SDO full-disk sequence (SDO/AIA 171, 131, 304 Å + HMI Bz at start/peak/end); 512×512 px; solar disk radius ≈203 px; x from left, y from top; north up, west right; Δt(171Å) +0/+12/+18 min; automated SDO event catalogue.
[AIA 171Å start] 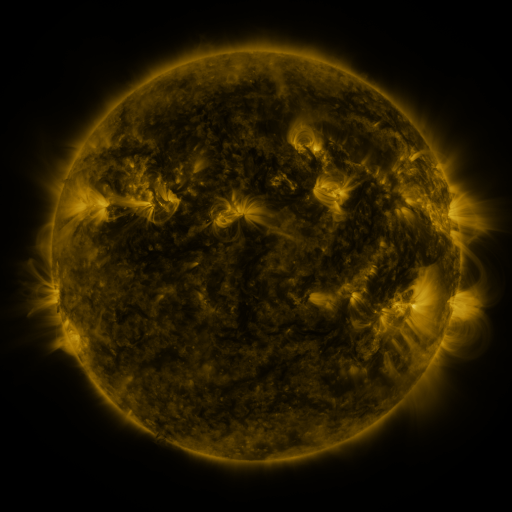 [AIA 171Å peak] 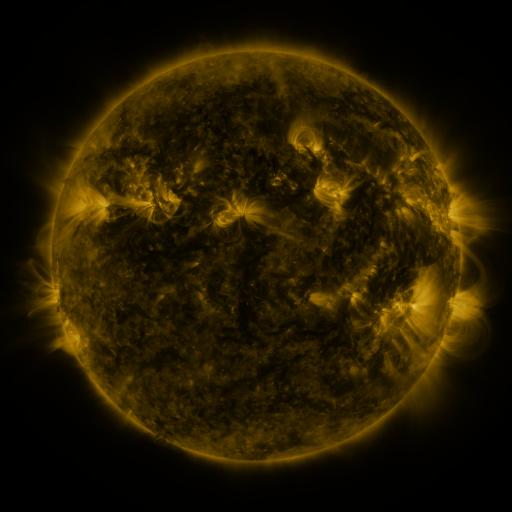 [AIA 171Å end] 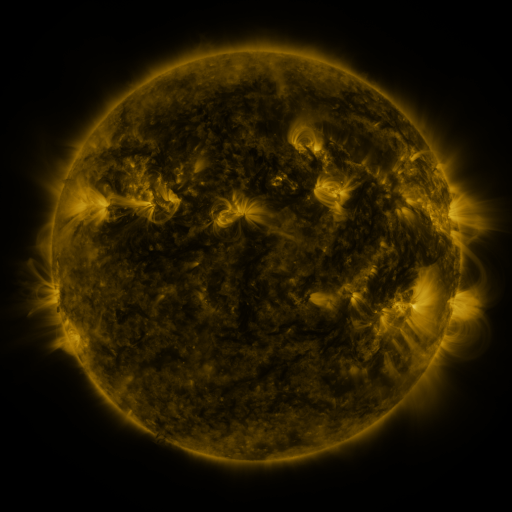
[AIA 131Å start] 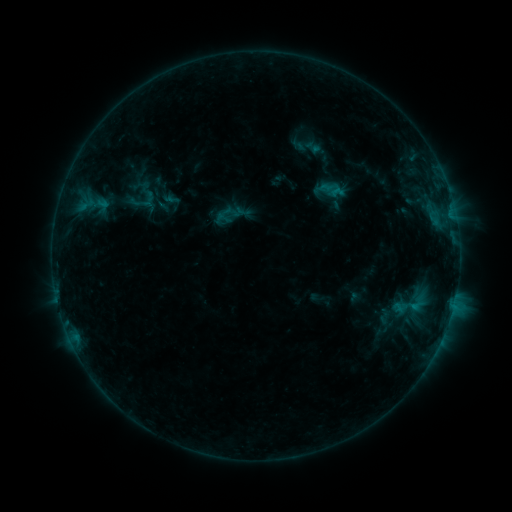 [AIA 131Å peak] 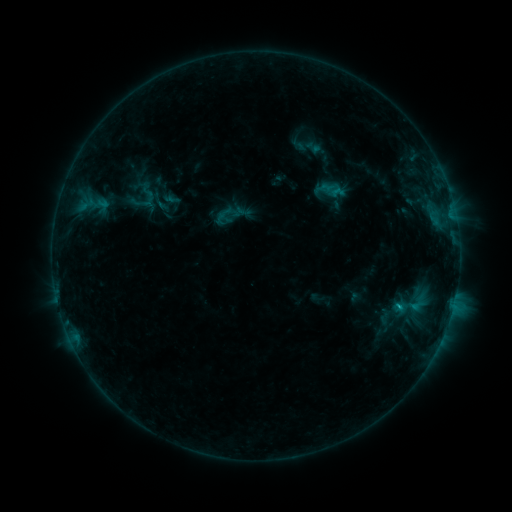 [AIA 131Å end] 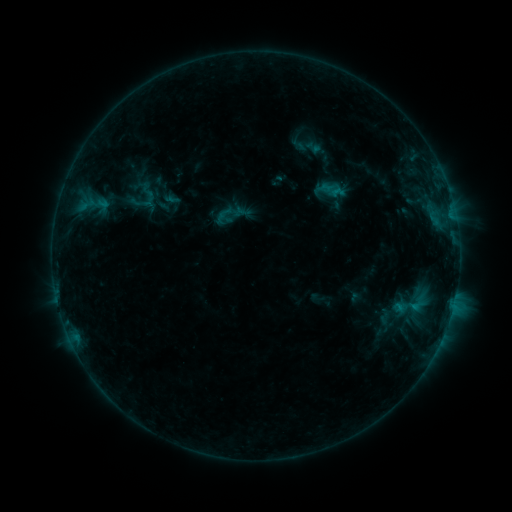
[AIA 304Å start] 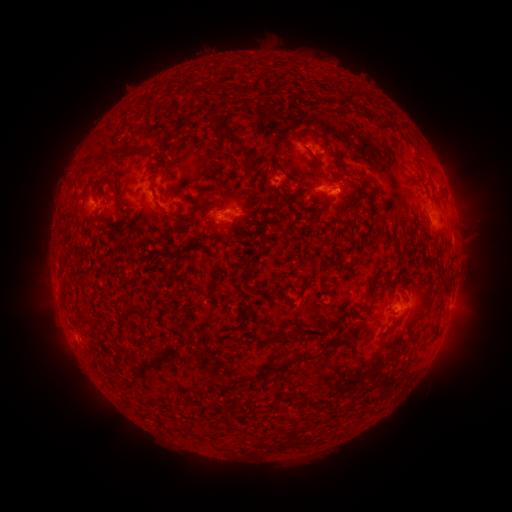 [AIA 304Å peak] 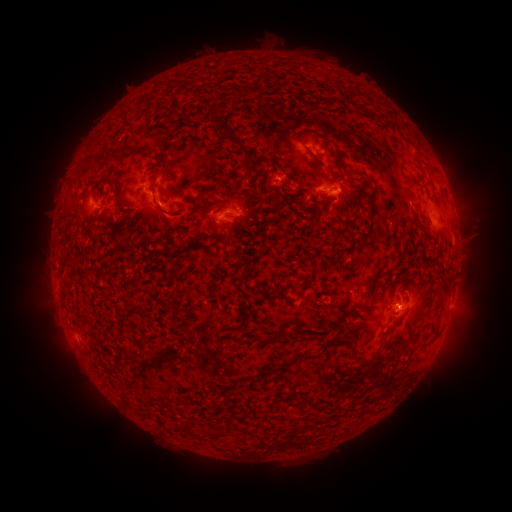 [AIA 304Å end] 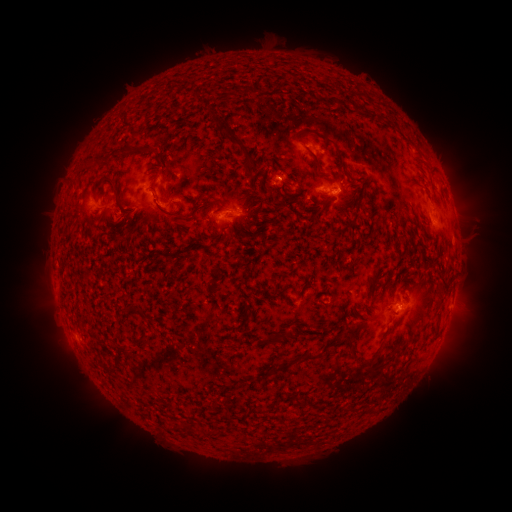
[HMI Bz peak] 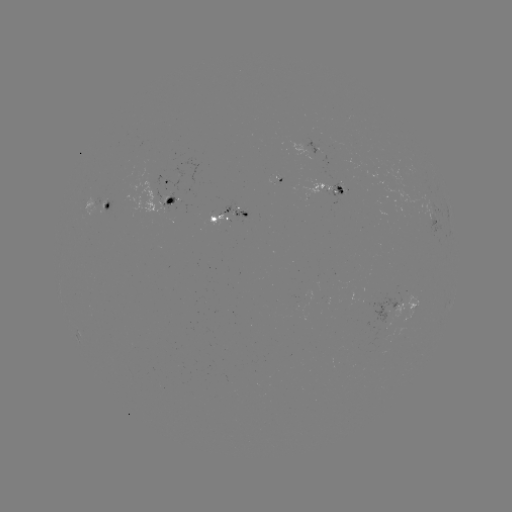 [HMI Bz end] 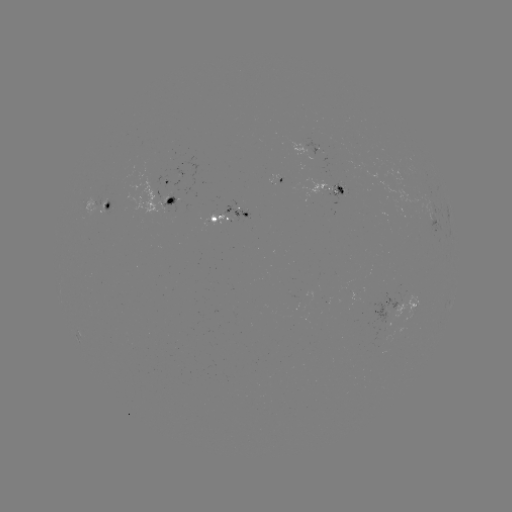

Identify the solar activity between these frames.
B6.5 flare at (396, 305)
